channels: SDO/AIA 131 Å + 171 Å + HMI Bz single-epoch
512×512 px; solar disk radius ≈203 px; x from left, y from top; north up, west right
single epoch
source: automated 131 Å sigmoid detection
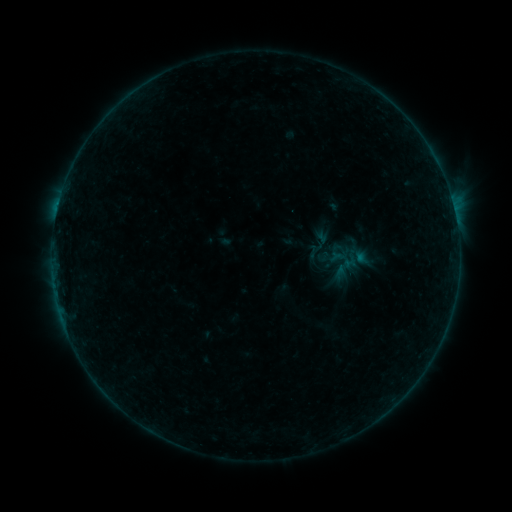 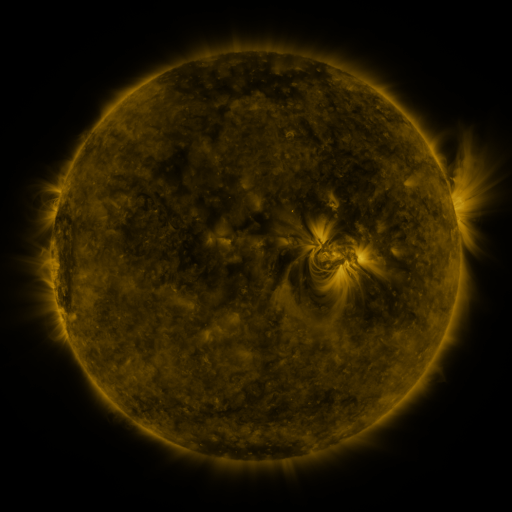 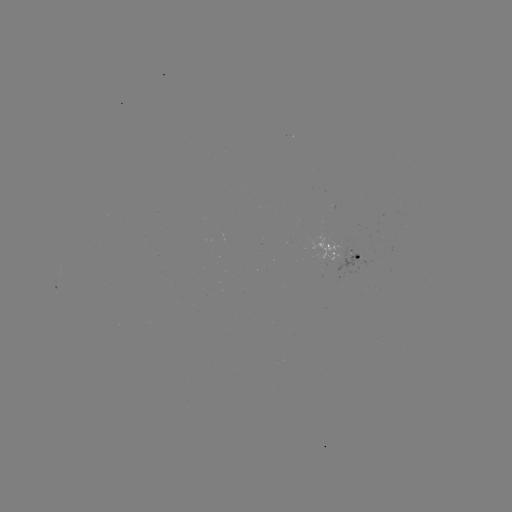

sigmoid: [305, 243, 325, 261]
